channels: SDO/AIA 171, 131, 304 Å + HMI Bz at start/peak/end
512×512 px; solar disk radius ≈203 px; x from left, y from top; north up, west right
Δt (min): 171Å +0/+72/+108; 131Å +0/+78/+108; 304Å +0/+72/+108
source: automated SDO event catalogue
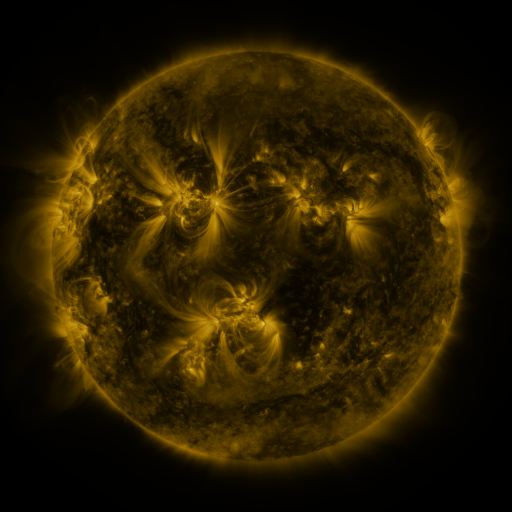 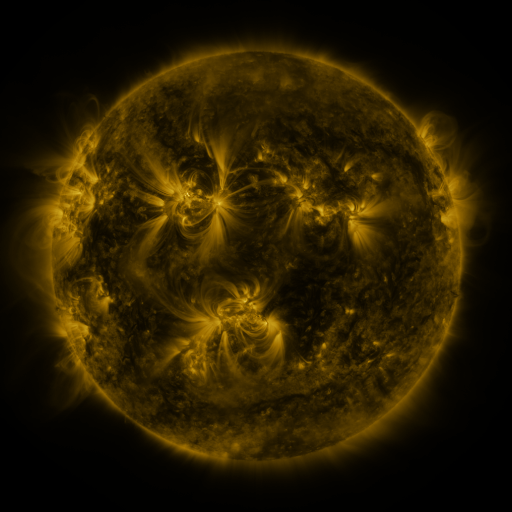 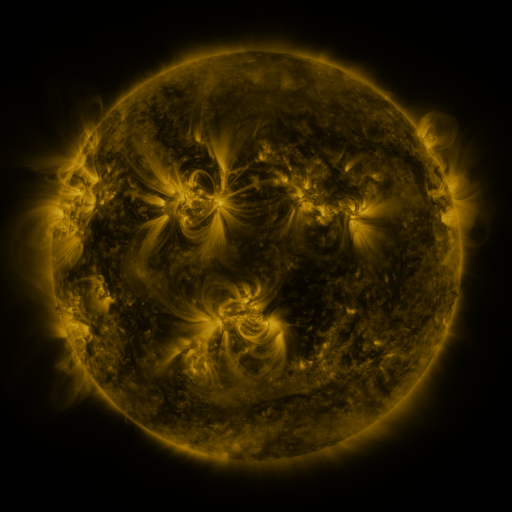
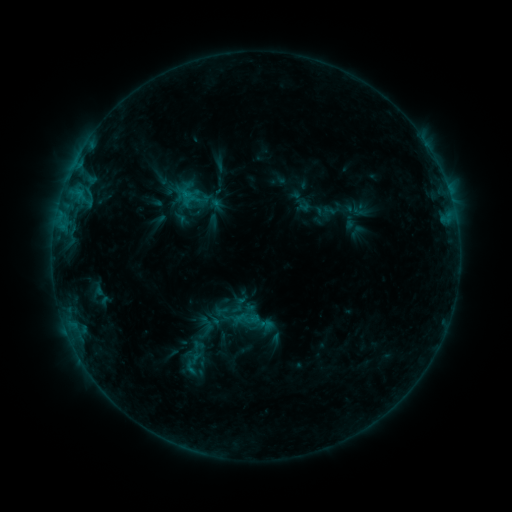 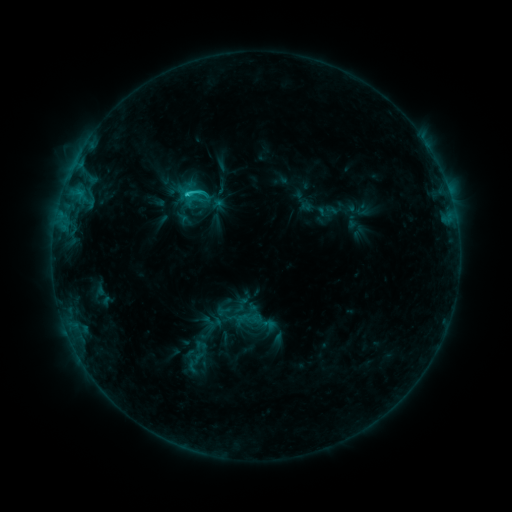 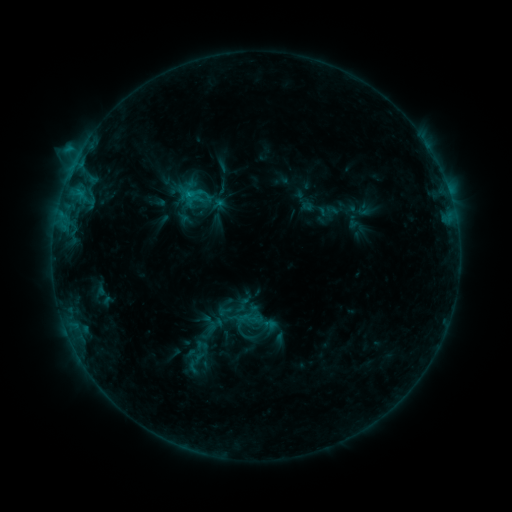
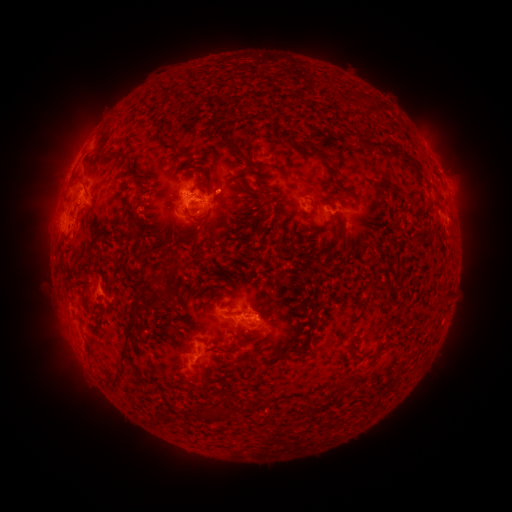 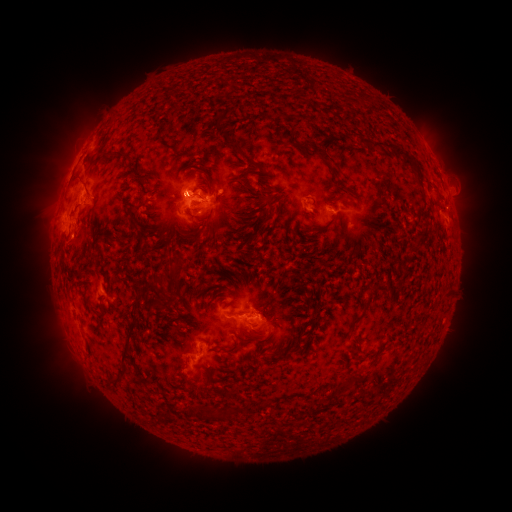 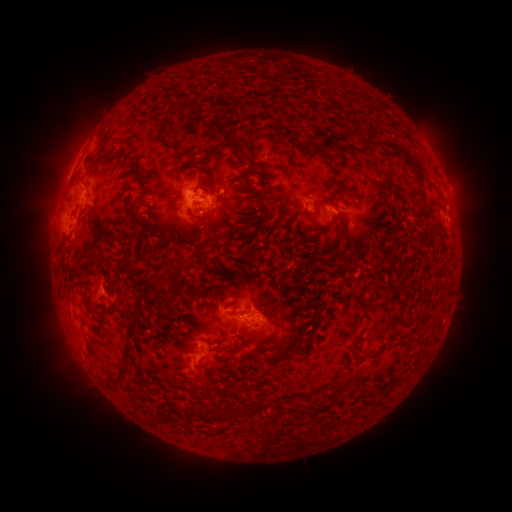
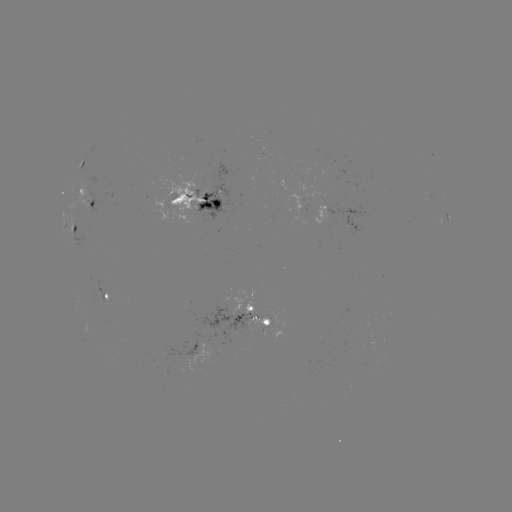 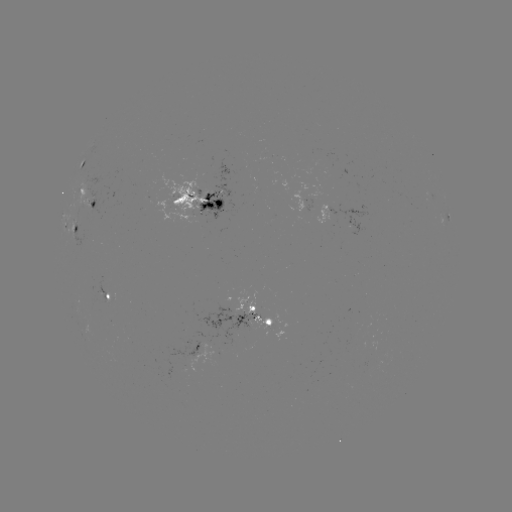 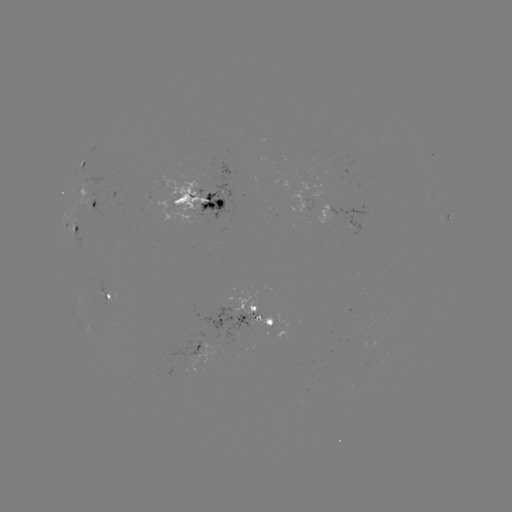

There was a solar emerging-flux region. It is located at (93, 201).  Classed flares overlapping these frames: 1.